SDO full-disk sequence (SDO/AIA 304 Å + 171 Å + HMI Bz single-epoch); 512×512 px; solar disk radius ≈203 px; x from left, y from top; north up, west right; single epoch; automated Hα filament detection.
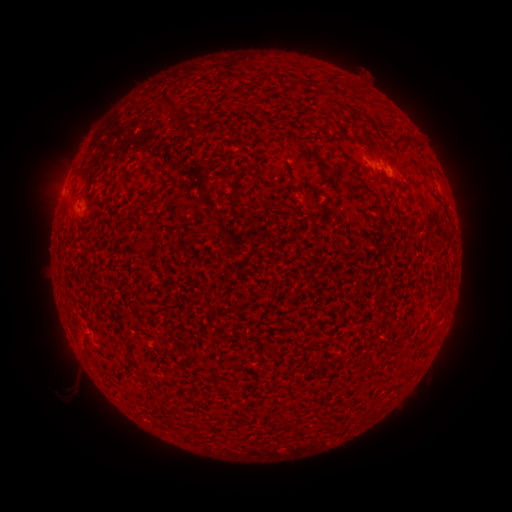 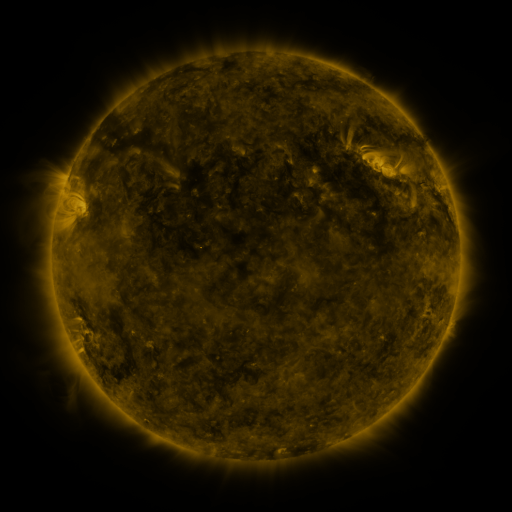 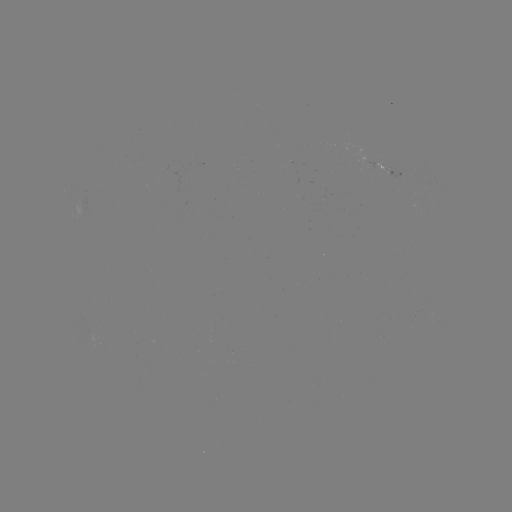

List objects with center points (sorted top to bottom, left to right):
filament: [159, 88, 170, 111]
filament: [360, 118, 381, 136]
filament: [295, 138, 307, 146]
filament: [310, 153, 326, 168]
filament: [414, 180, 426, 188]
filament: [151, 185, 160, 198]
filament: [240, 199, 252, 209]
filament: [256, 408, 265, 418]
filament: [272, 413, 283, 424]
